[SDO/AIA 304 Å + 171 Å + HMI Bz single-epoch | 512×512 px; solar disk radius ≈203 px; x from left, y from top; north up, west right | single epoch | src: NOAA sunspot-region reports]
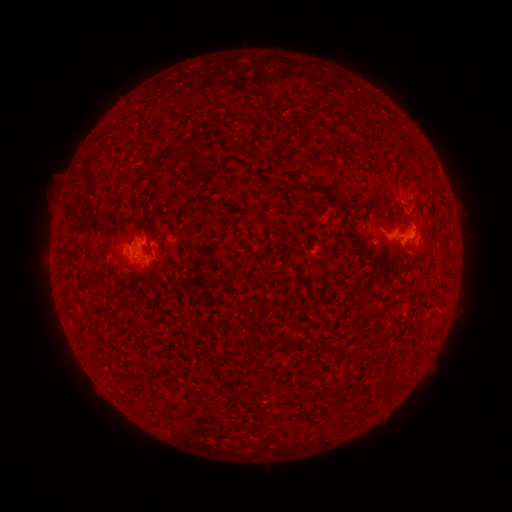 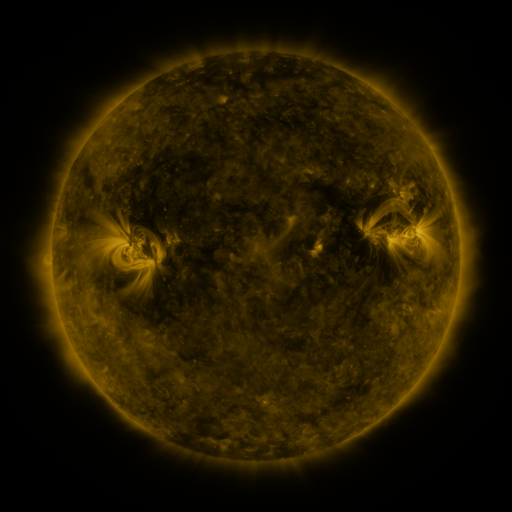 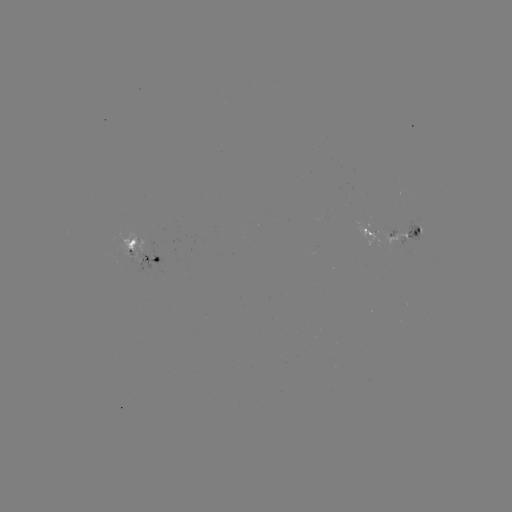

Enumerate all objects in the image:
spotted active region: (397, 234)
spotted active region: (143, 248)
